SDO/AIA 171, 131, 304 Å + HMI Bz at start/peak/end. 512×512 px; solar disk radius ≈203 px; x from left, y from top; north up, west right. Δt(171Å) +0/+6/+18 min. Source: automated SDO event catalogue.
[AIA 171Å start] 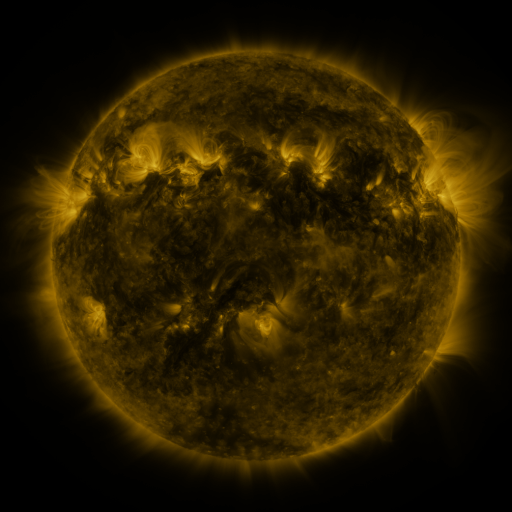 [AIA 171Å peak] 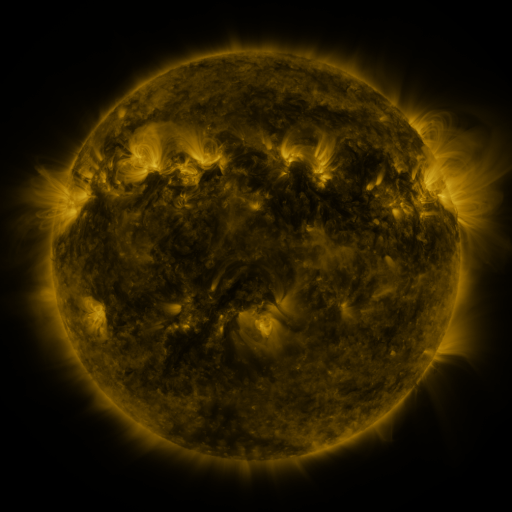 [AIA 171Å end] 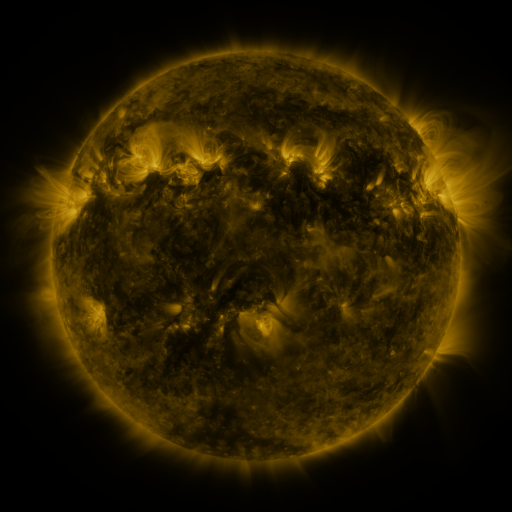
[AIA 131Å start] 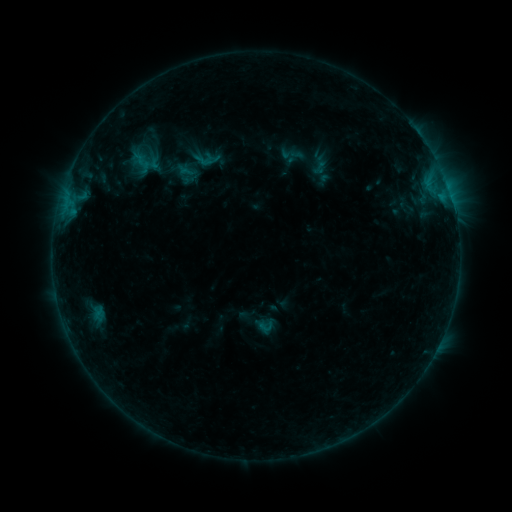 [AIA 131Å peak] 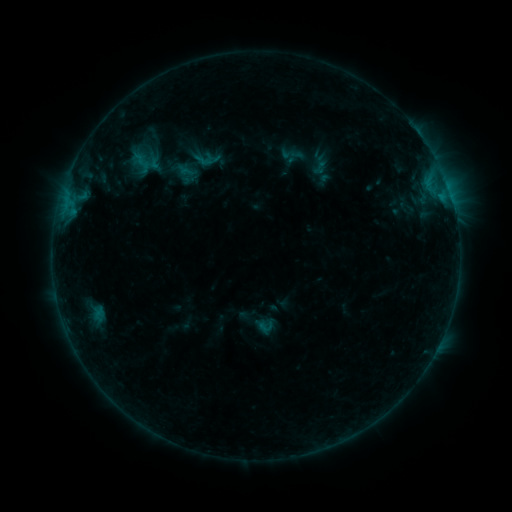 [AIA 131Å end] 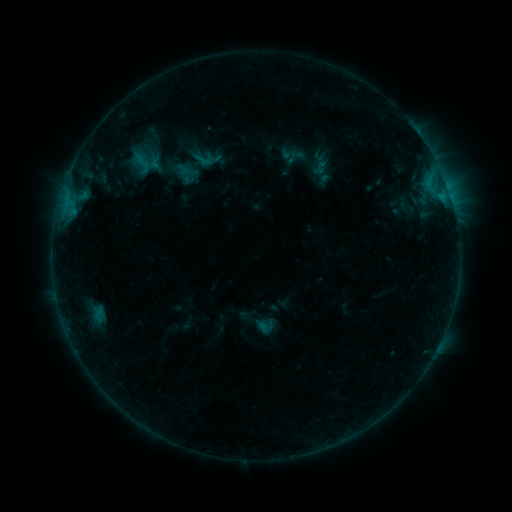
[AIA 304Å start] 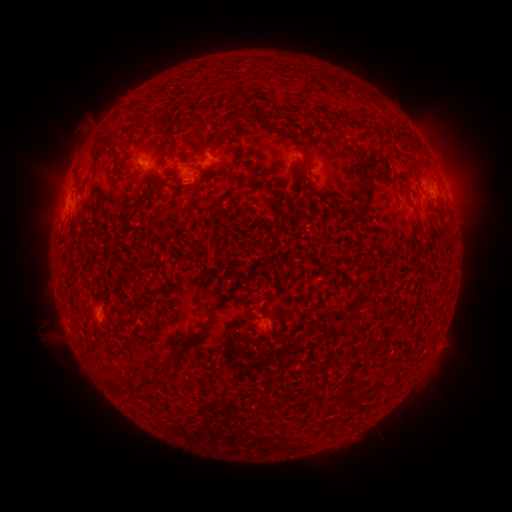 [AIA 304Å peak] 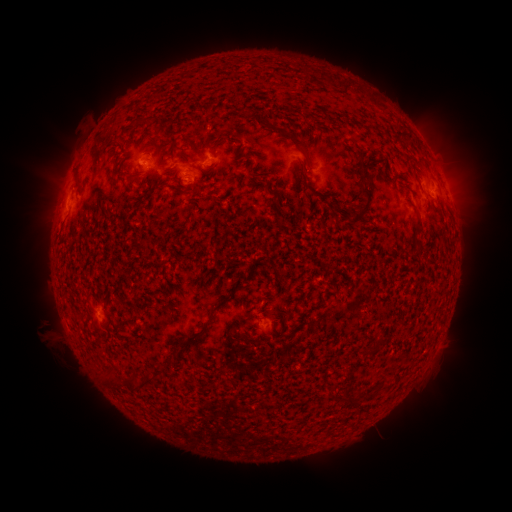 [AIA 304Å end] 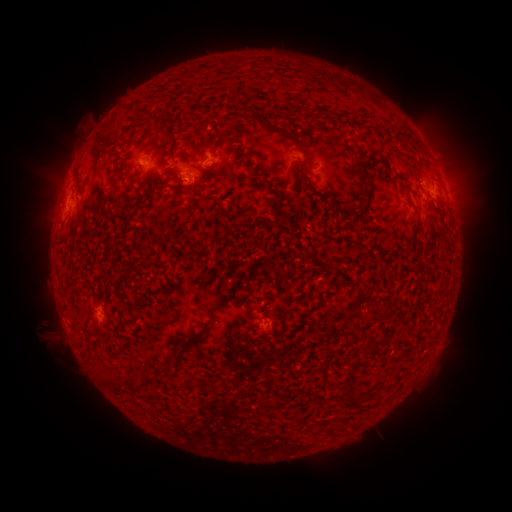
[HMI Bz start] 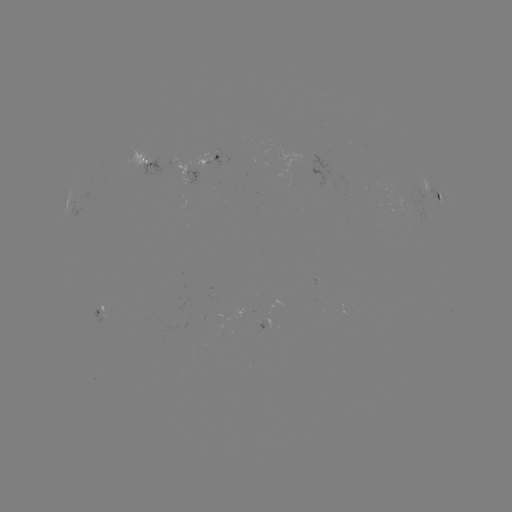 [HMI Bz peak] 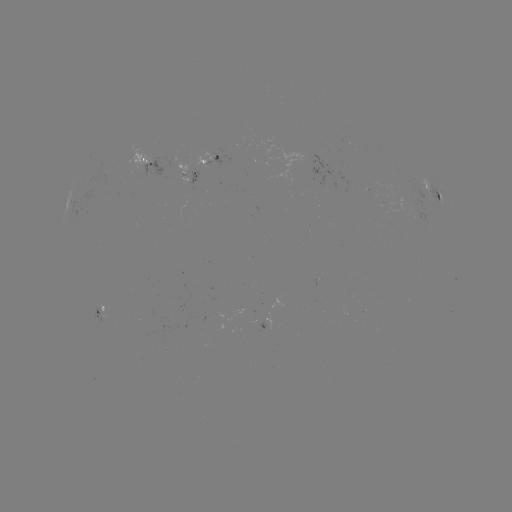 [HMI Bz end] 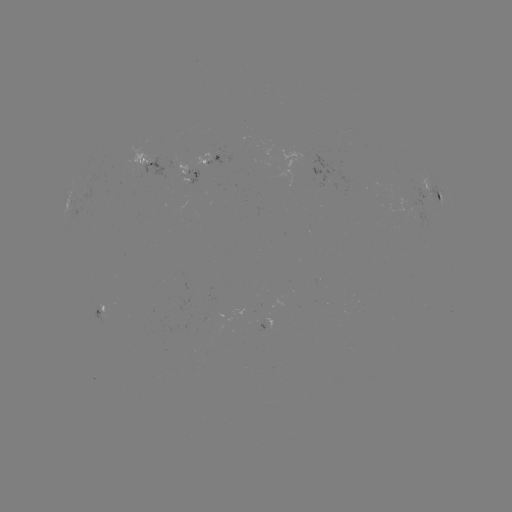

nothing was catalogued: no classed flare, no EUV trigger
